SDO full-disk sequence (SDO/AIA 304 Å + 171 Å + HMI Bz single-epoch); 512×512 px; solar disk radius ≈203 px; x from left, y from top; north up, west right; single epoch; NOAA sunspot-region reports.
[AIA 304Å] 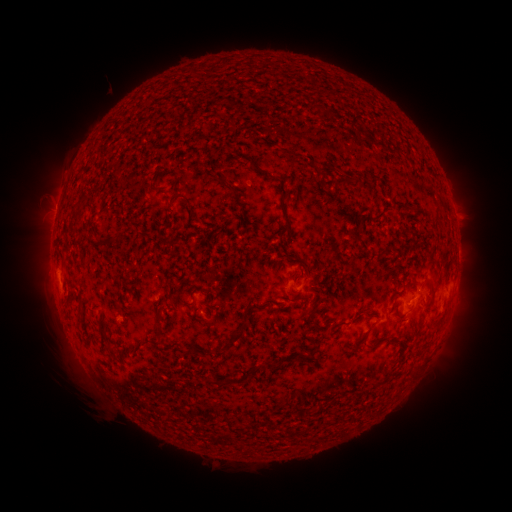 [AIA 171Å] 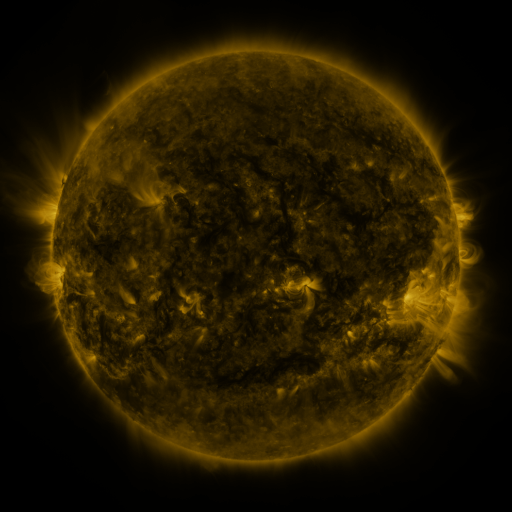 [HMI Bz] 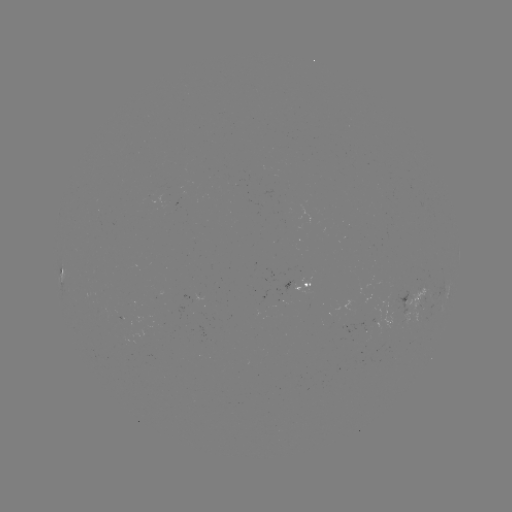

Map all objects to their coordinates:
spotted active region: (61, 272)
spotted active region: (304, 285)
spotted active region: (413, 303)
spotted active region: (389, 320)
